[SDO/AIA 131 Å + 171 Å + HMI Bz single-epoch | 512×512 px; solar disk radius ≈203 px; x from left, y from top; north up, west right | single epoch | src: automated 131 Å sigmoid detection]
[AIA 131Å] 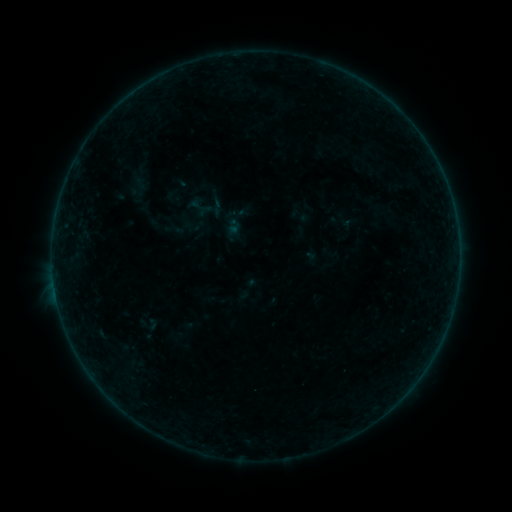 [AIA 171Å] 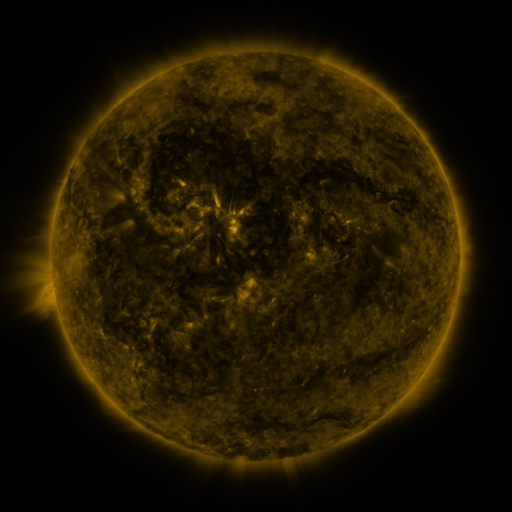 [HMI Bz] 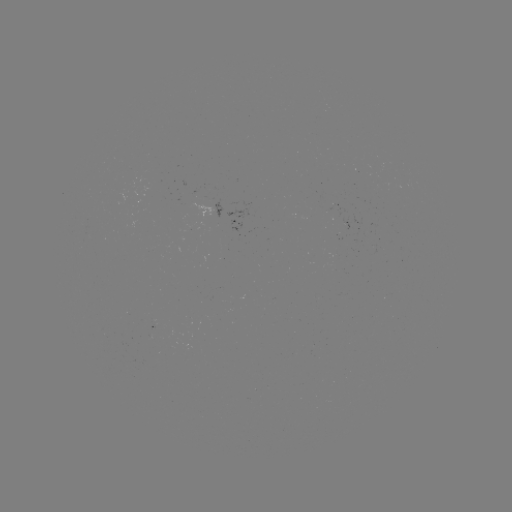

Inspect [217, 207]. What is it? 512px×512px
sigmoid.